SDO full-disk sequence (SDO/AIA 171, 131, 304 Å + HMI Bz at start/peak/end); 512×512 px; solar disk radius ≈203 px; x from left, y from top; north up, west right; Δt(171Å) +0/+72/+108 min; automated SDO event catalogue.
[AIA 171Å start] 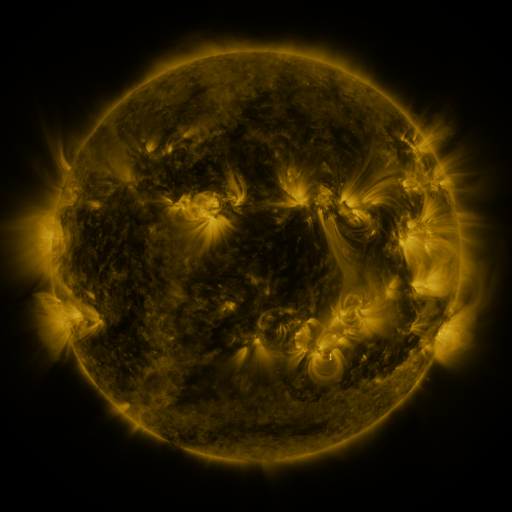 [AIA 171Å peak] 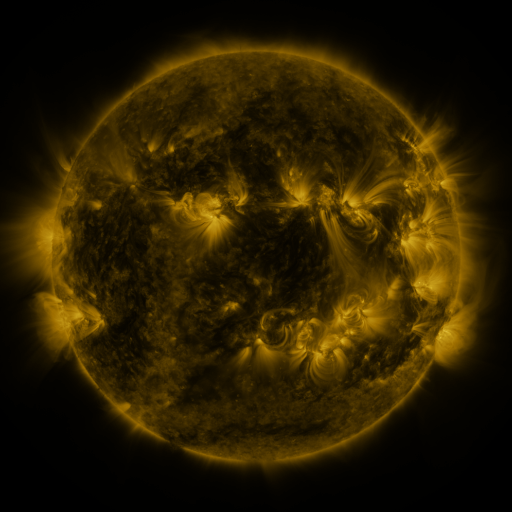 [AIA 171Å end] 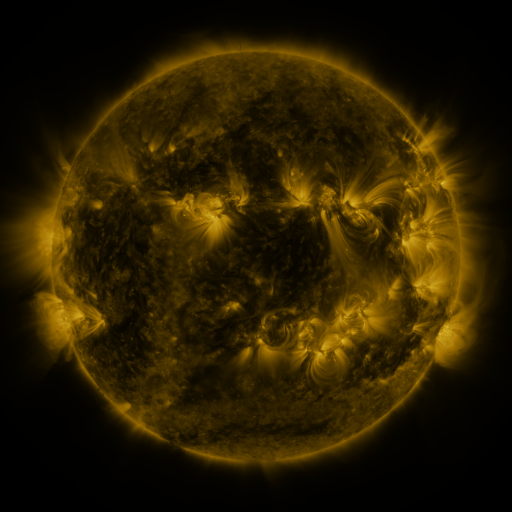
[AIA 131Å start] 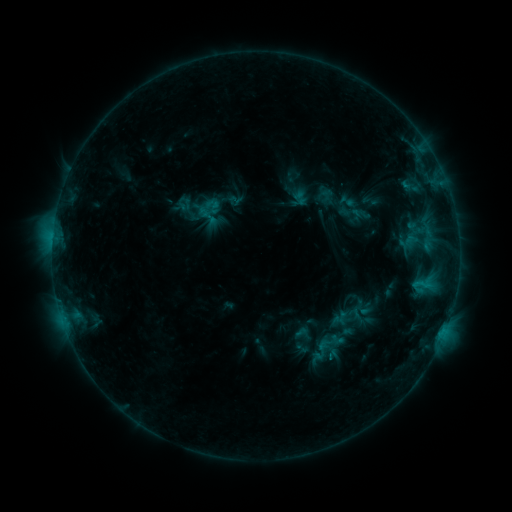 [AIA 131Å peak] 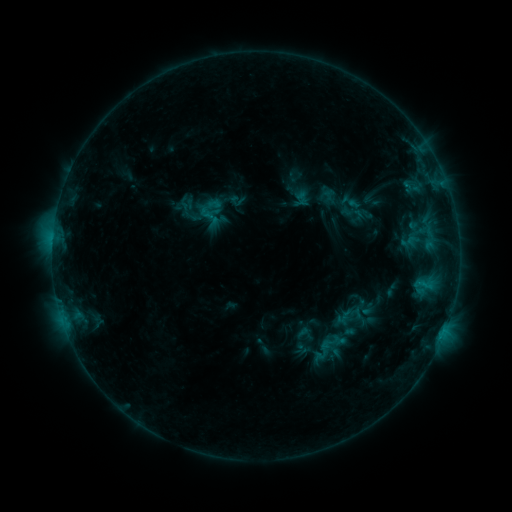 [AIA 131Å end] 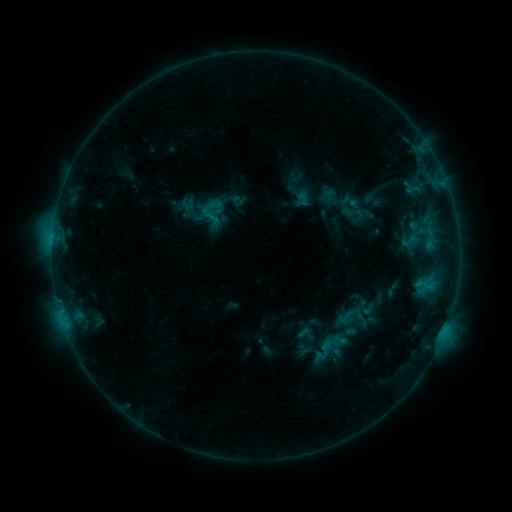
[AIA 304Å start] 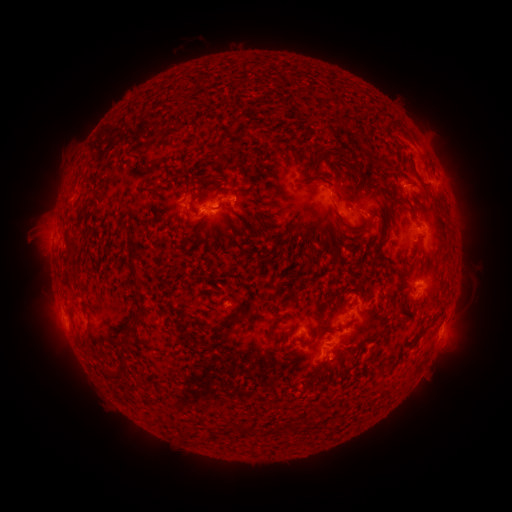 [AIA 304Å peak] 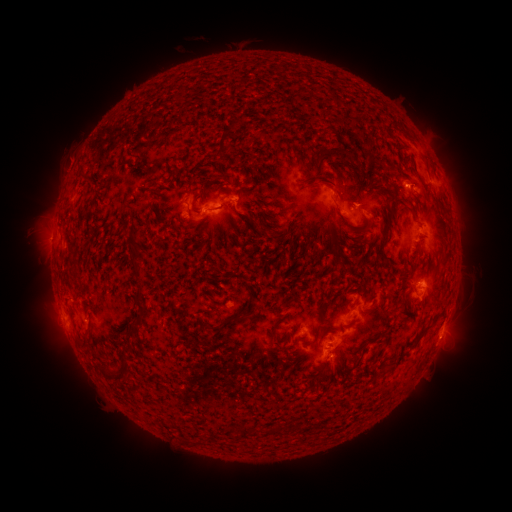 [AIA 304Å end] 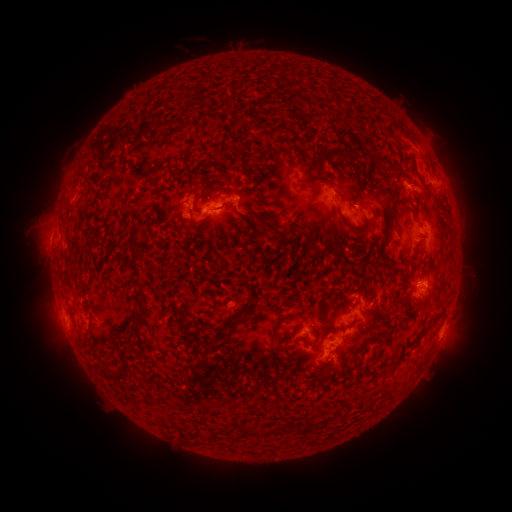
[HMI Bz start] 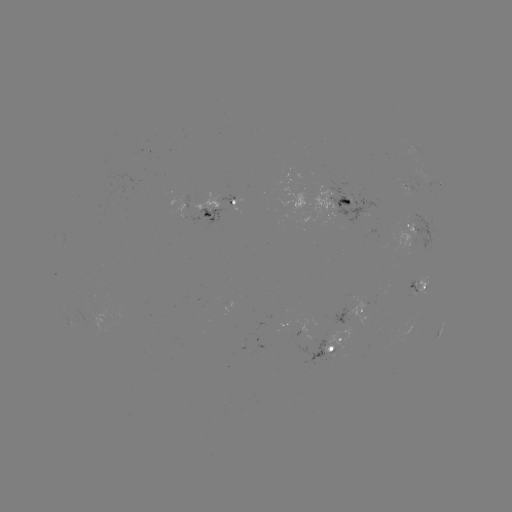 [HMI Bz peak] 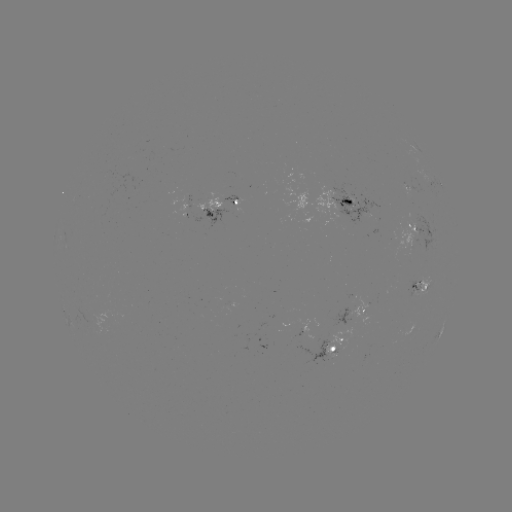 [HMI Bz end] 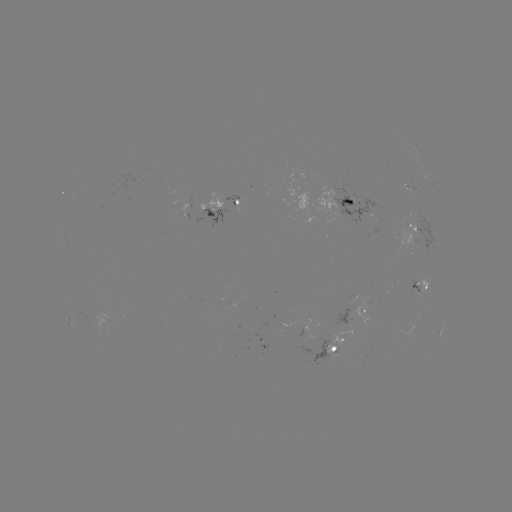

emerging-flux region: (334, 302, 352, 326)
